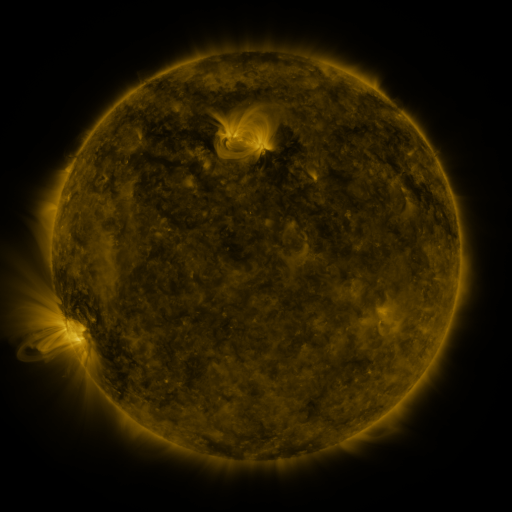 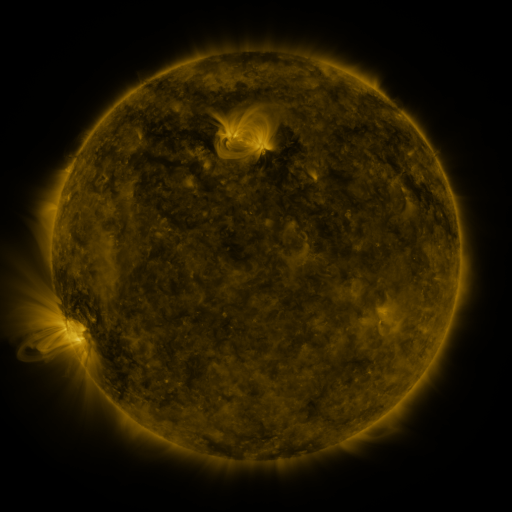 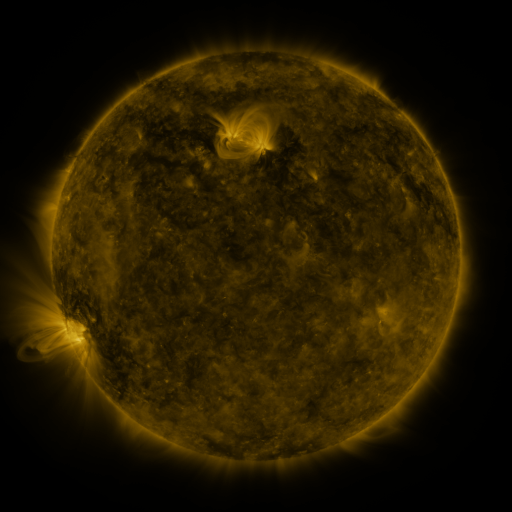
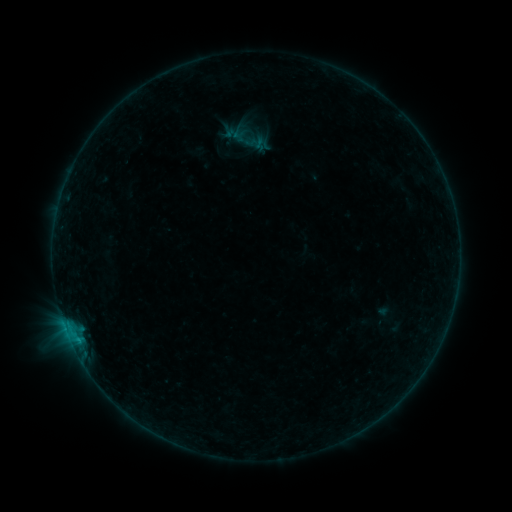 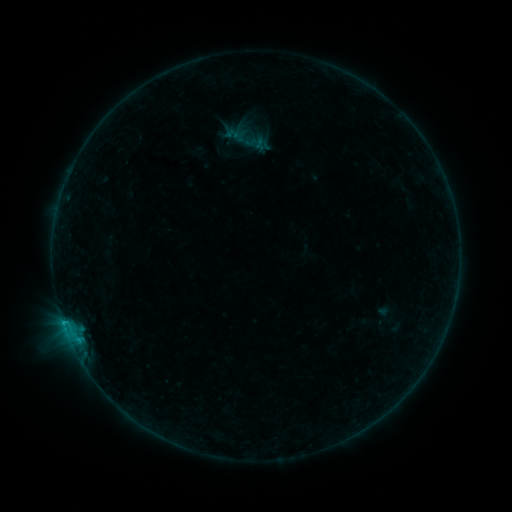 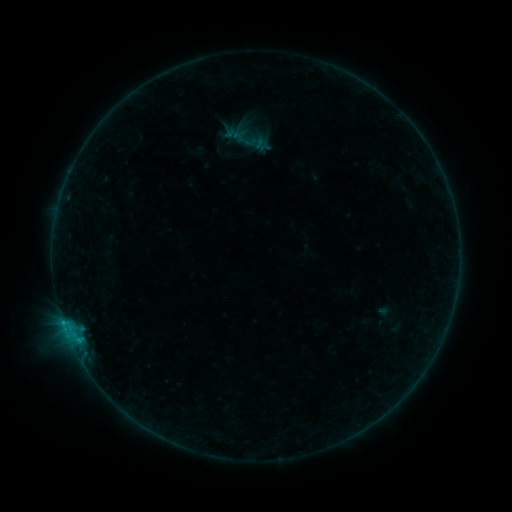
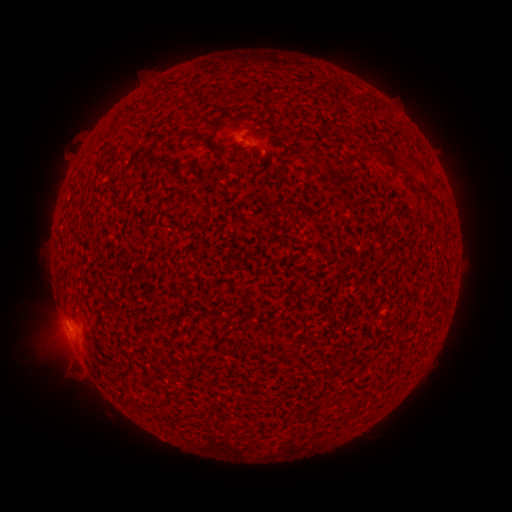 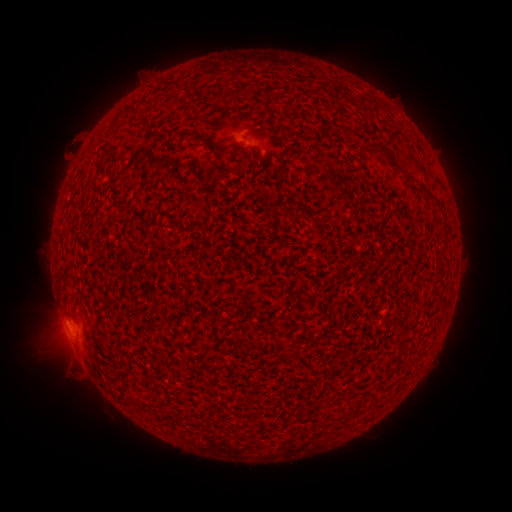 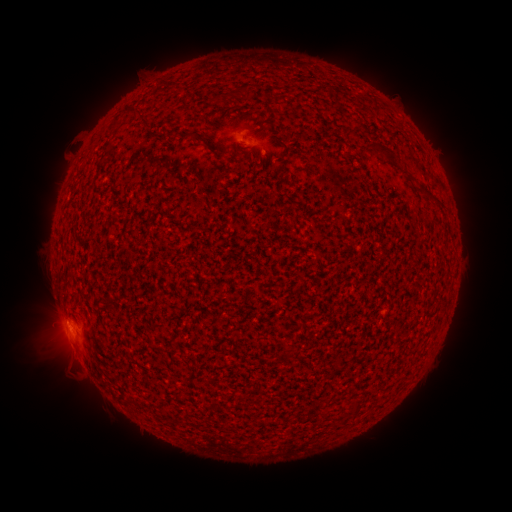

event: flare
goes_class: B4.4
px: (68, 321)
